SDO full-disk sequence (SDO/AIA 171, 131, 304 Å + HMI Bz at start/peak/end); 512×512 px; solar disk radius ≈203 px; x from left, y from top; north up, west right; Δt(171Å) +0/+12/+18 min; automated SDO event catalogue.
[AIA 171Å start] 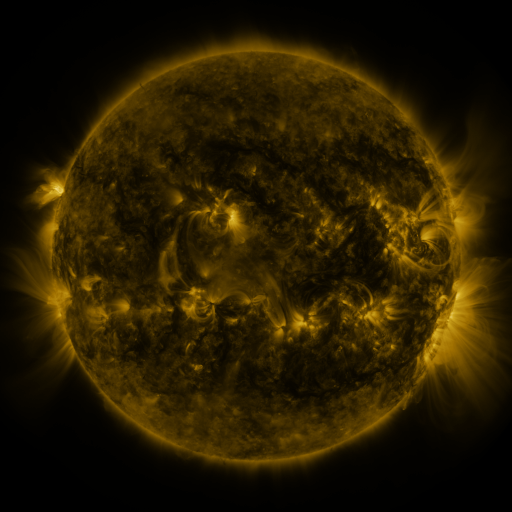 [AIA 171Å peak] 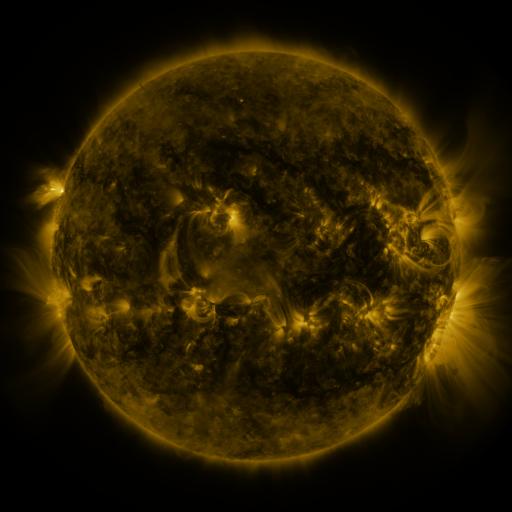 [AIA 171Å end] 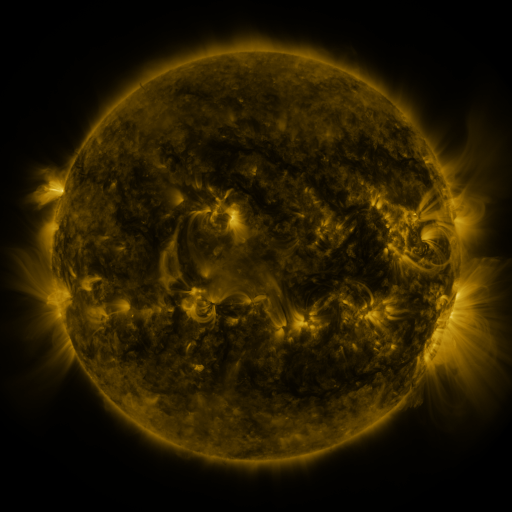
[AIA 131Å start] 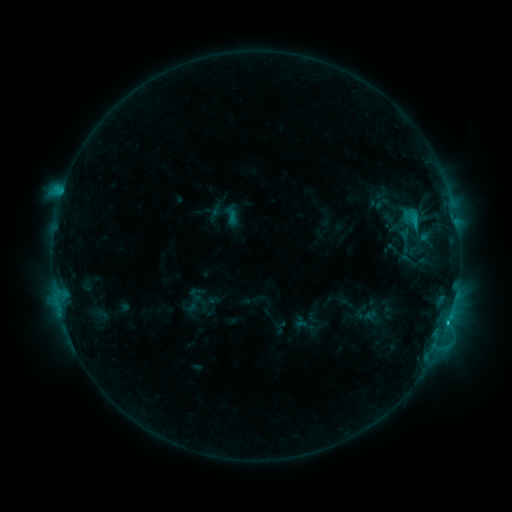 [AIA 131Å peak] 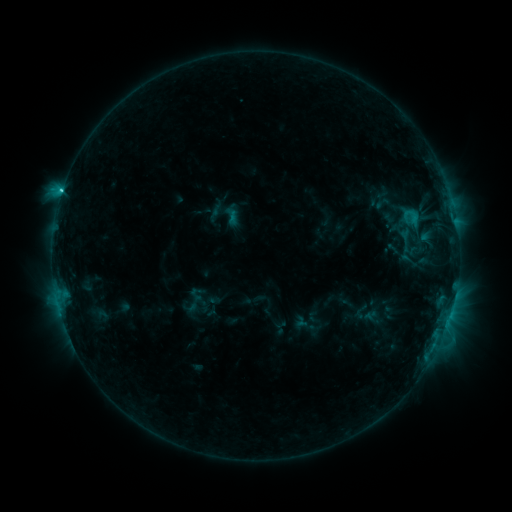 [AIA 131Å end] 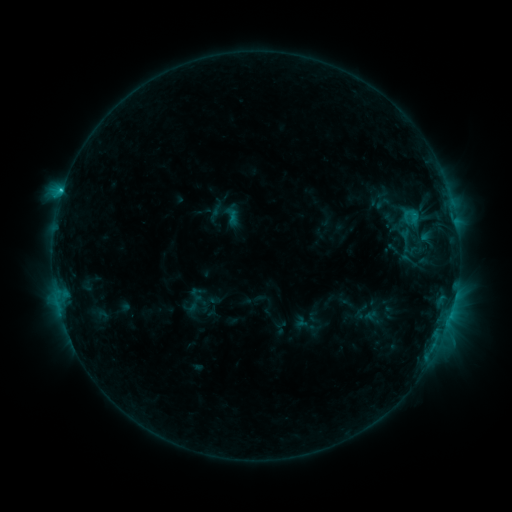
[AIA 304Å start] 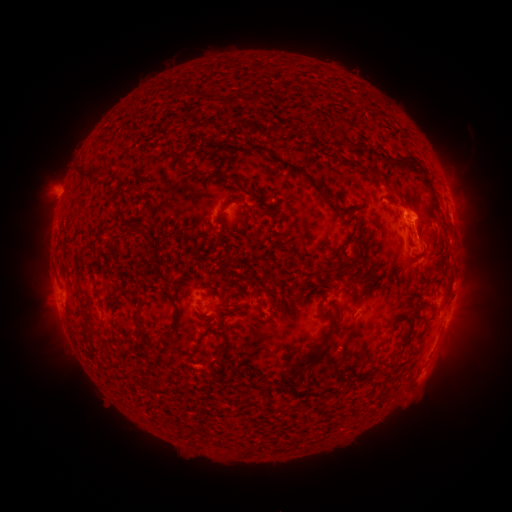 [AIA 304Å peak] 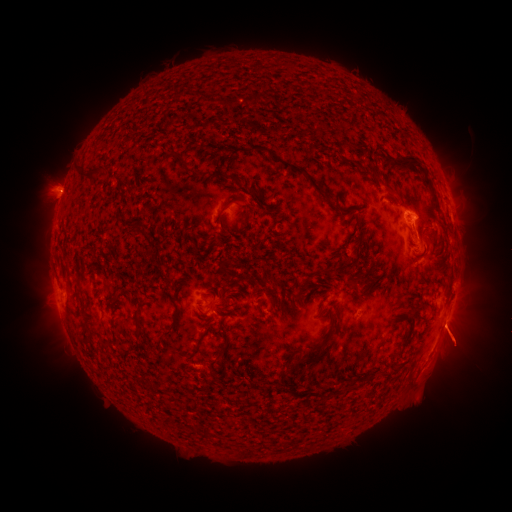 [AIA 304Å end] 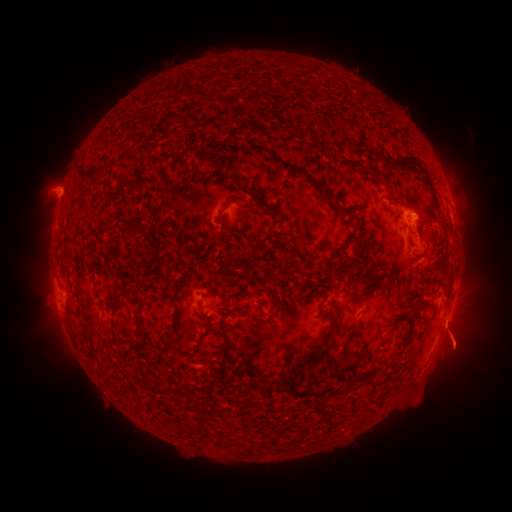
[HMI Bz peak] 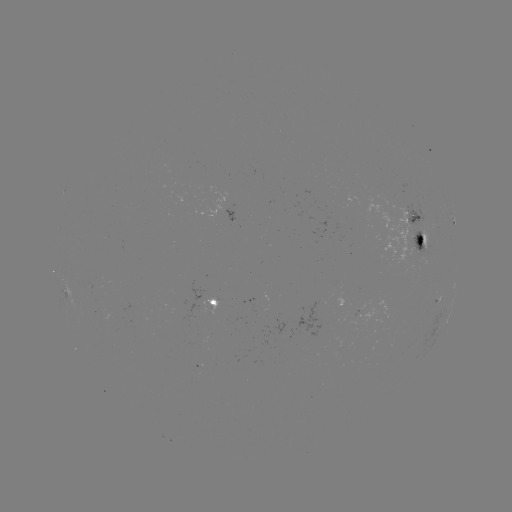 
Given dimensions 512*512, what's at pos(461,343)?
eruption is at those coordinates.